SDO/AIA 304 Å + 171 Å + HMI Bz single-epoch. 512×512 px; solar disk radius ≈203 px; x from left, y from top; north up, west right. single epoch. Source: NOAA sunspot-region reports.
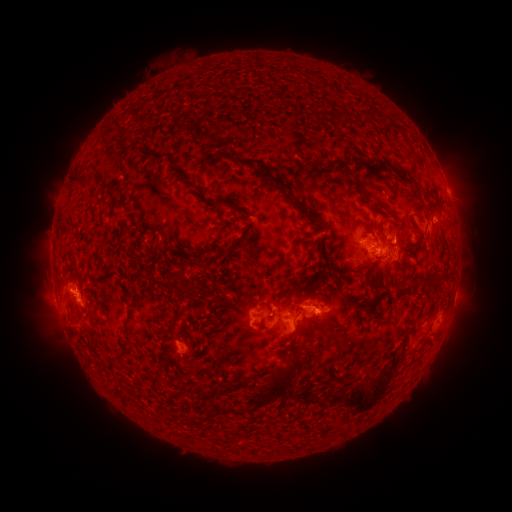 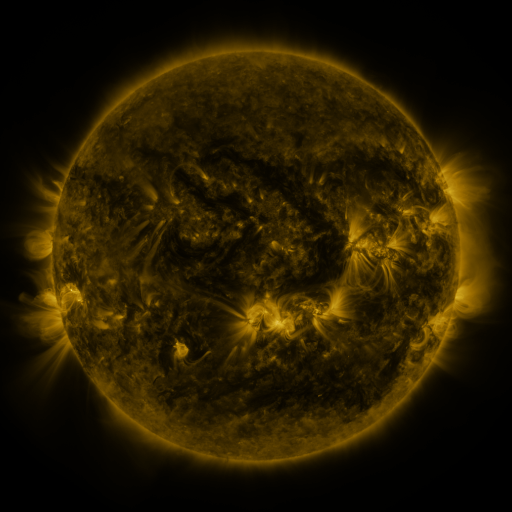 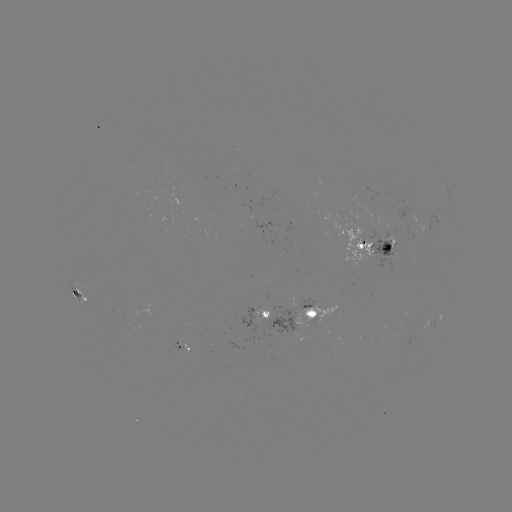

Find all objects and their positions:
spotted active region: (448, 195)
spotted active region: (374, 245)
spotted active region: (83, 293)
spotted active region: (311, 314)
spotted active region: (266, 318)
spotted active region: (434, 325)
spotted active region: (188, 347)
